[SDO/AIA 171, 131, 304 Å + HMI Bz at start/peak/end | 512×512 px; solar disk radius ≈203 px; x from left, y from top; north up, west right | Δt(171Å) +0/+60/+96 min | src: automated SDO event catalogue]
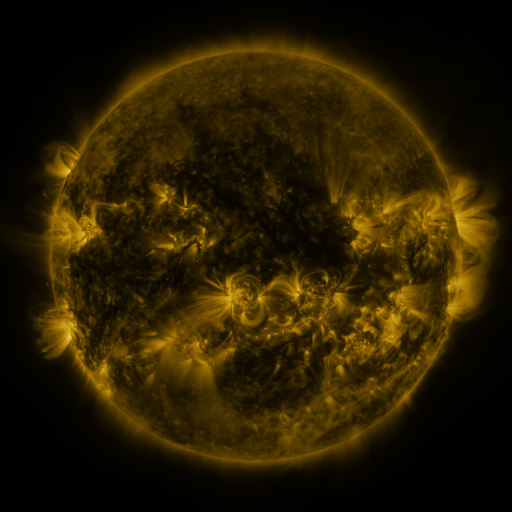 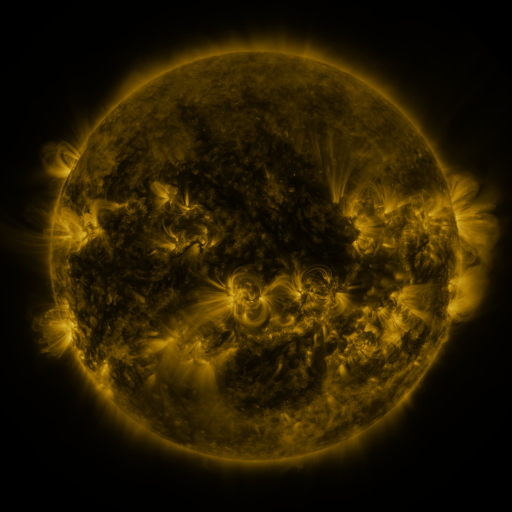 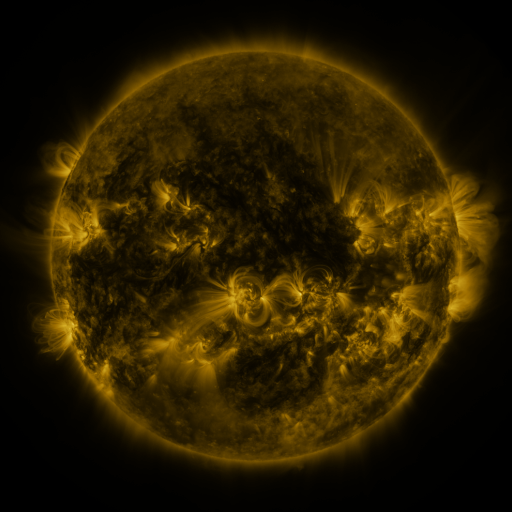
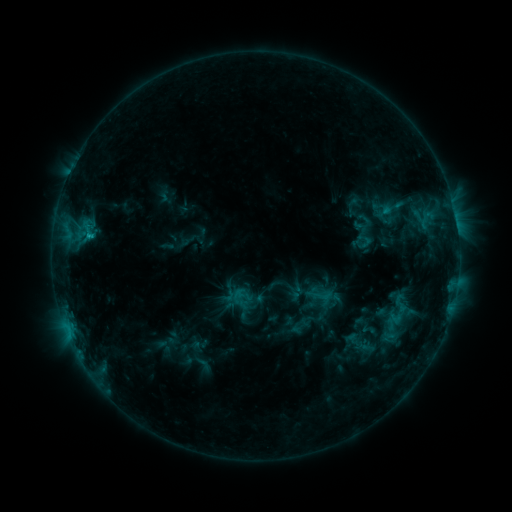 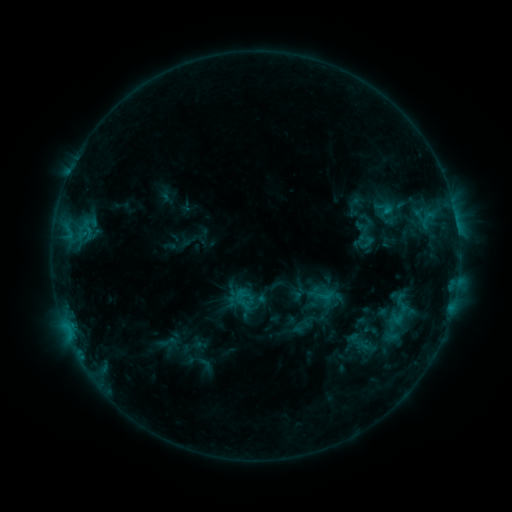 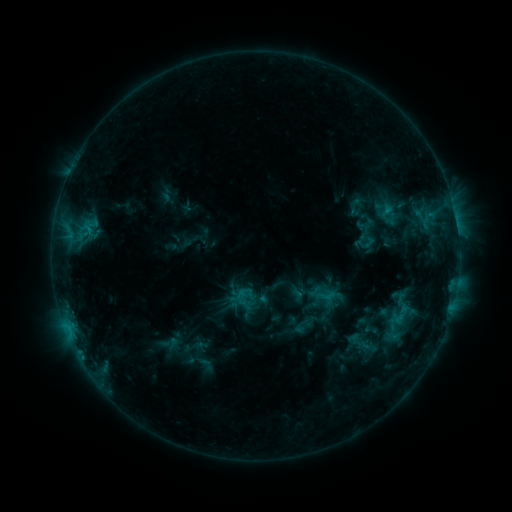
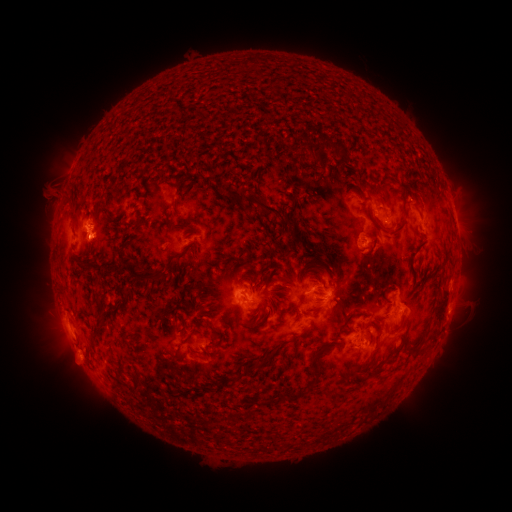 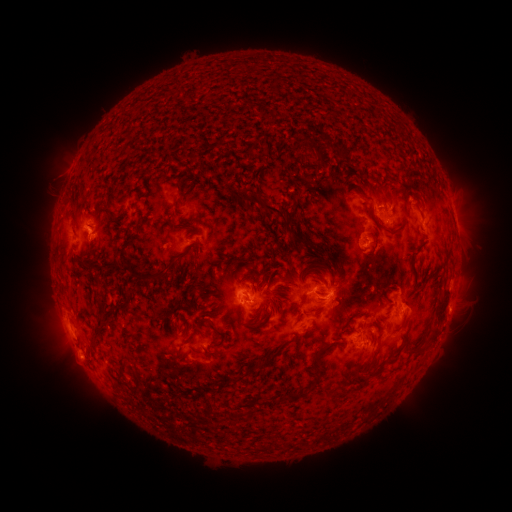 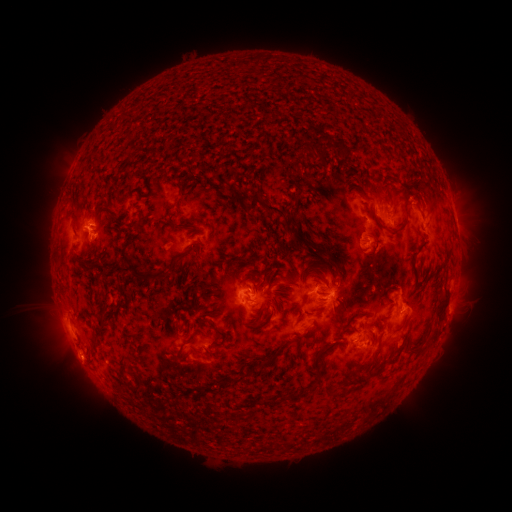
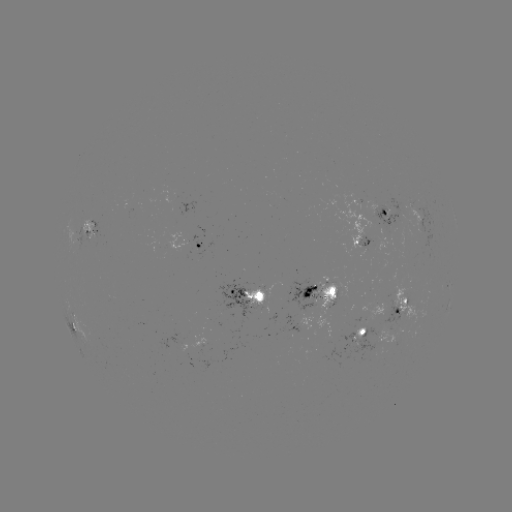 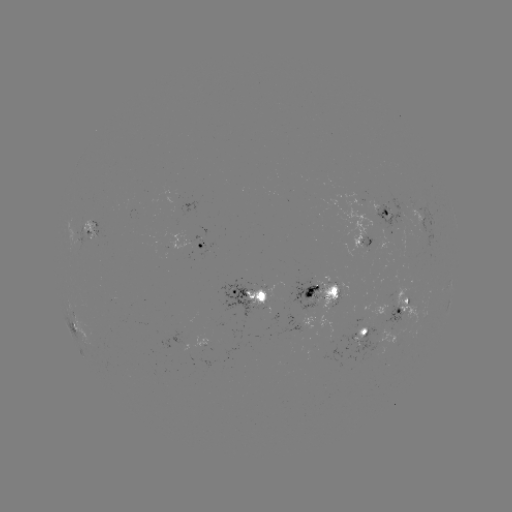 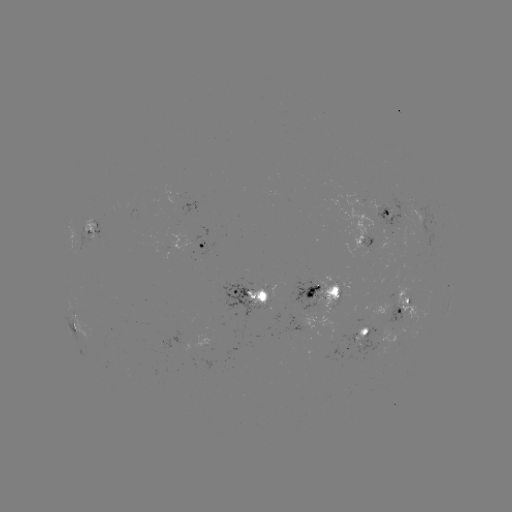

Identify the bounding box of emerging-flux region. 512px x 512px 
[372, 197, 402, 224].